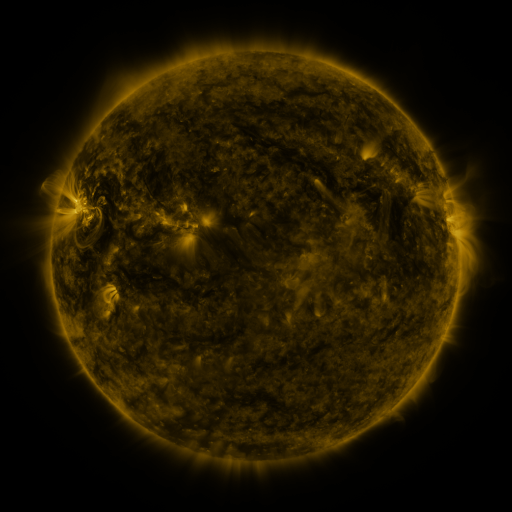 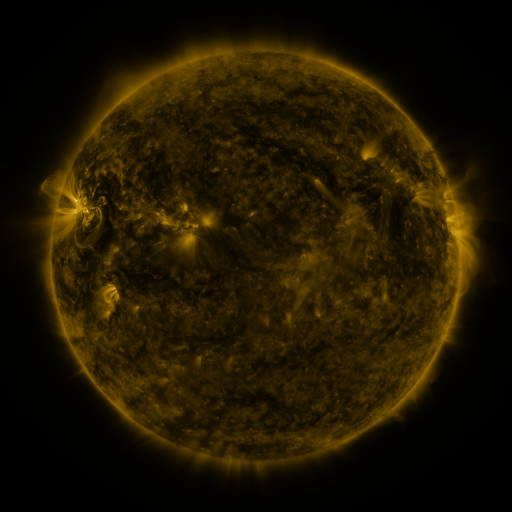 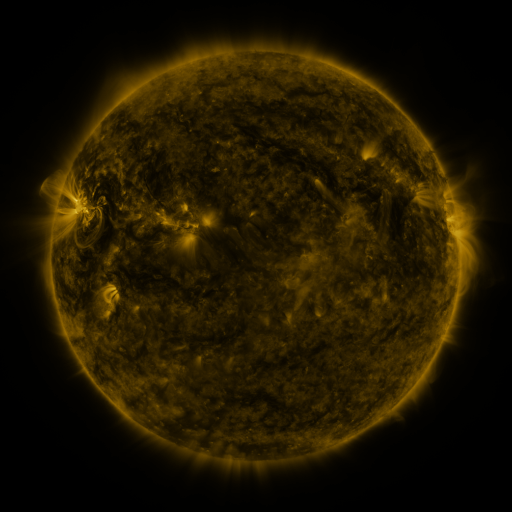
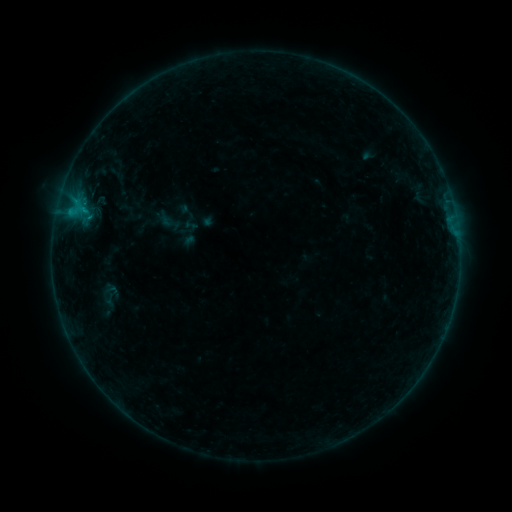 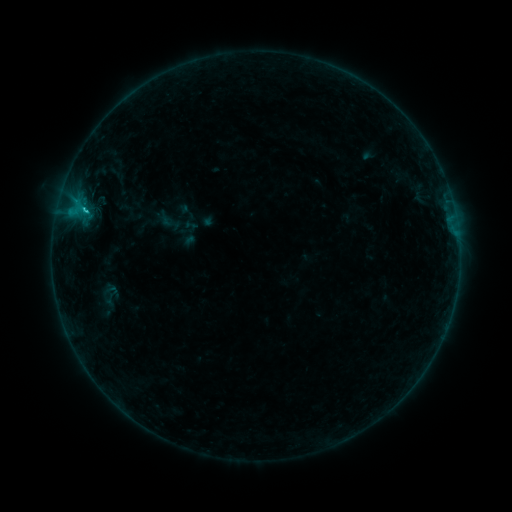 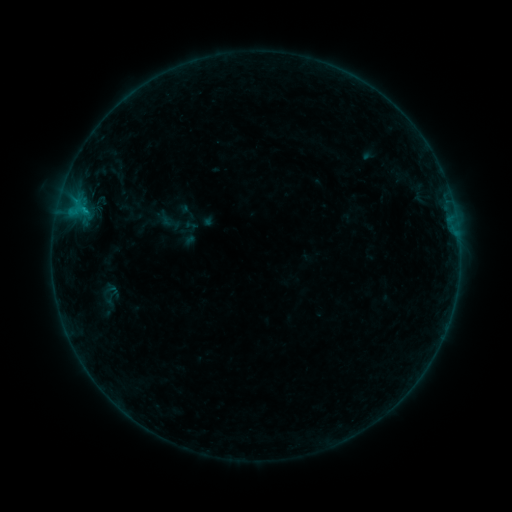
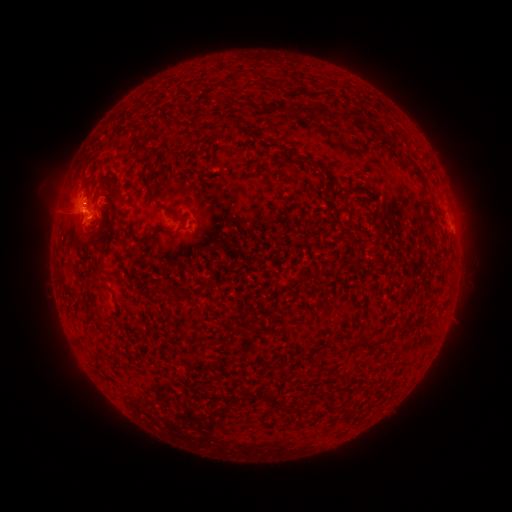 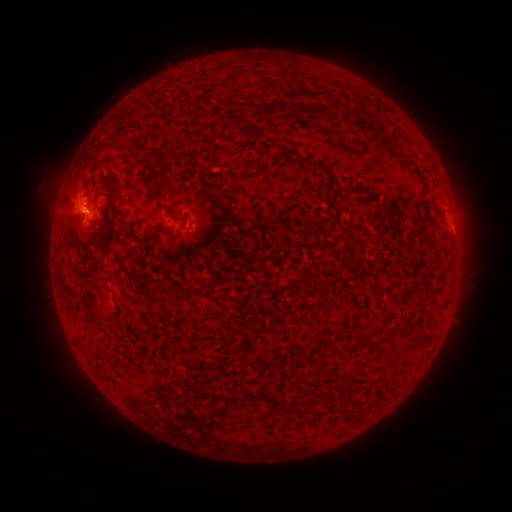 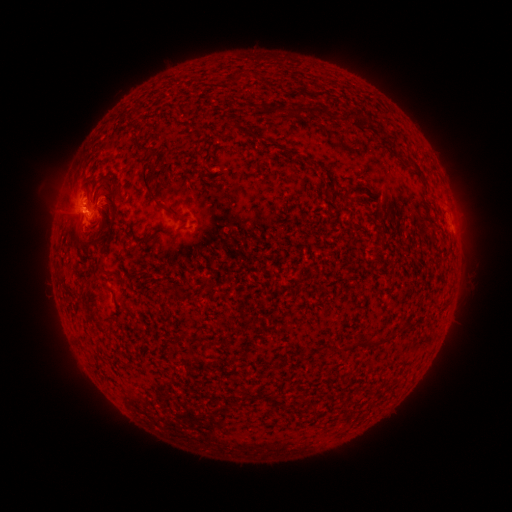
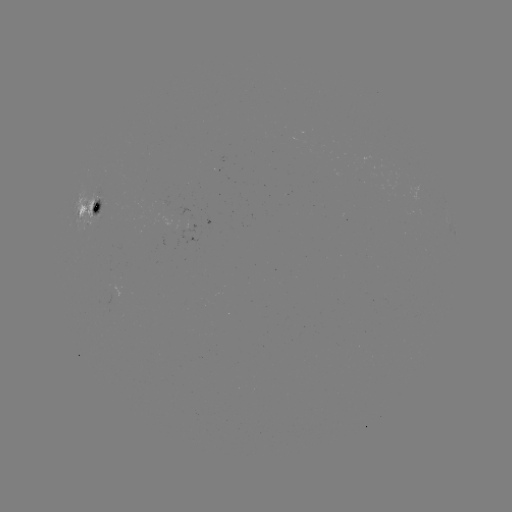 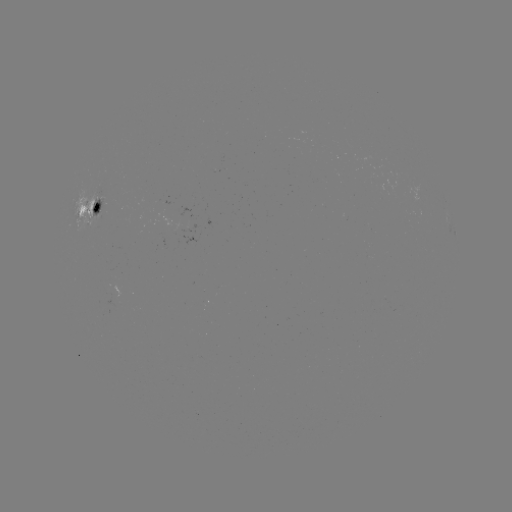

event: flare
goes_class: C1.4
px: (87, 212)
